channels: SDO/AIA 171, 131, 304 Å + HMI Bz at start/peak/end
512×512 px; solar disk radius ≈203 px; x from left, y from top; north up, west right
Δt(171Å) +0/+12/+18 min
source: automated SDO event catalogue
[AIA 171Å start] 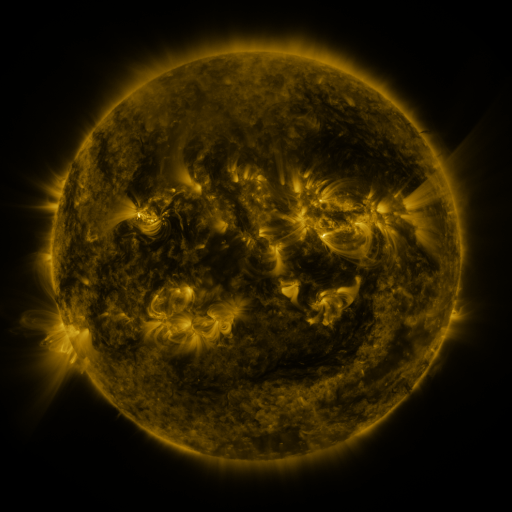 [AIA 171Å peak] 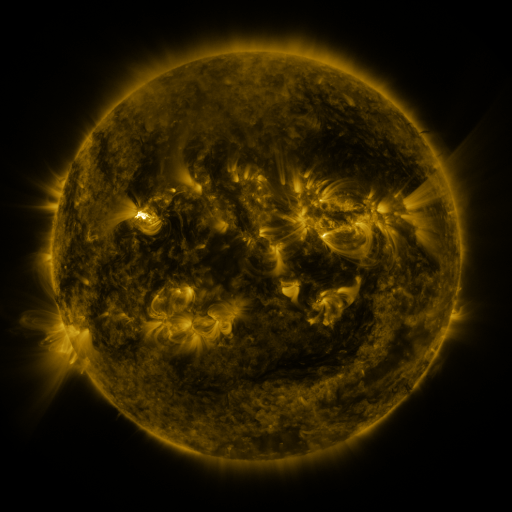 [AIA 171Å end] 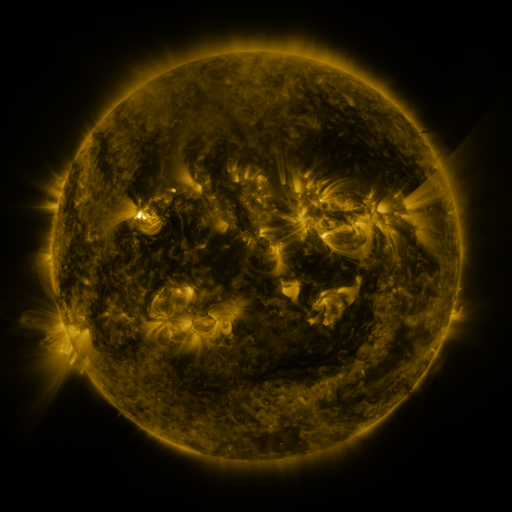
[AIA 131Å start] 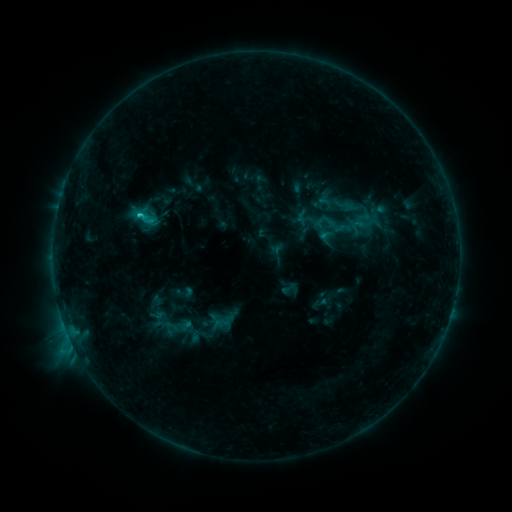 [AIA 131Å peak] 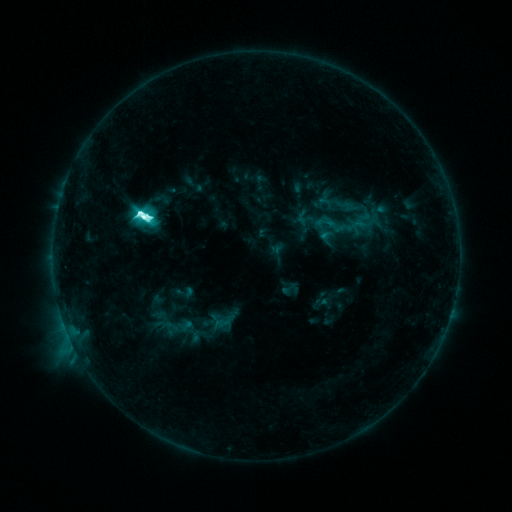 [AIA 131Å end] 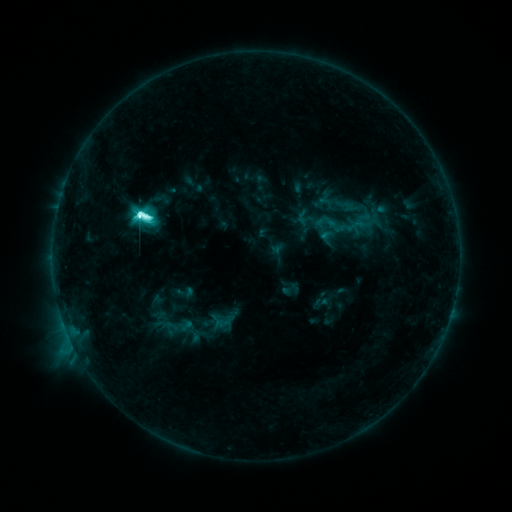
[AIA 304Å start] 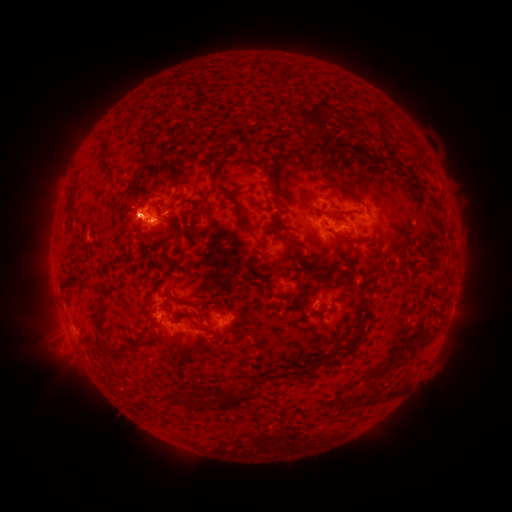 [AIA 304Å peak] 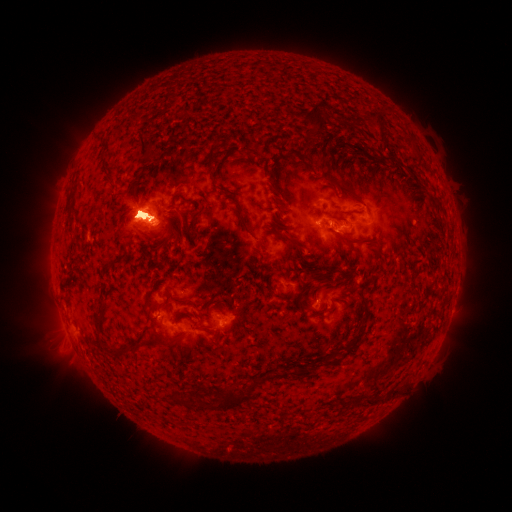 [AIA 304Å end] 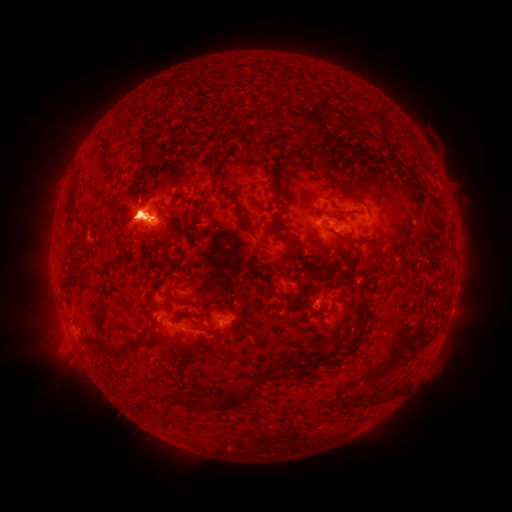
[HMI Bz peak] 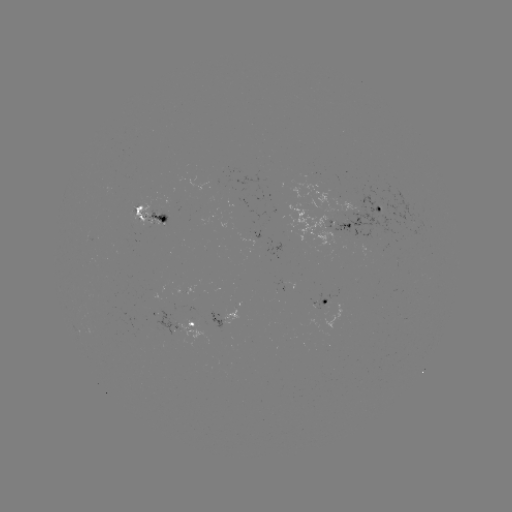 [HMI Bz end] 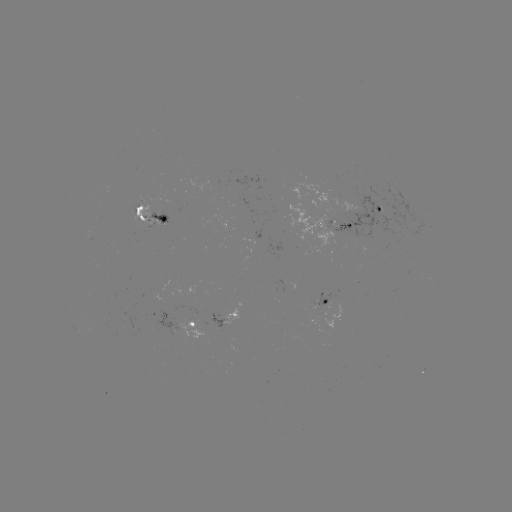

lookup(M1.7 flare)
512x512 [144, 220]